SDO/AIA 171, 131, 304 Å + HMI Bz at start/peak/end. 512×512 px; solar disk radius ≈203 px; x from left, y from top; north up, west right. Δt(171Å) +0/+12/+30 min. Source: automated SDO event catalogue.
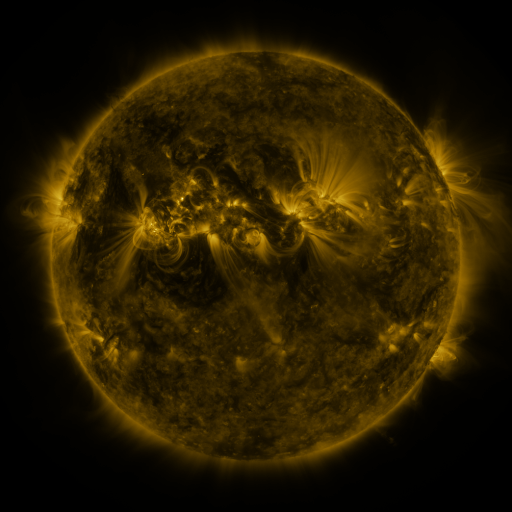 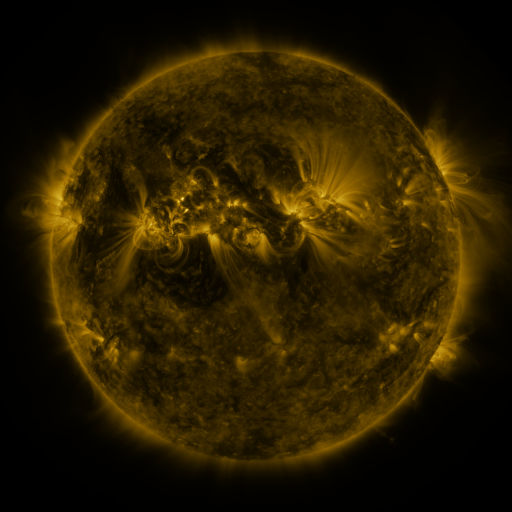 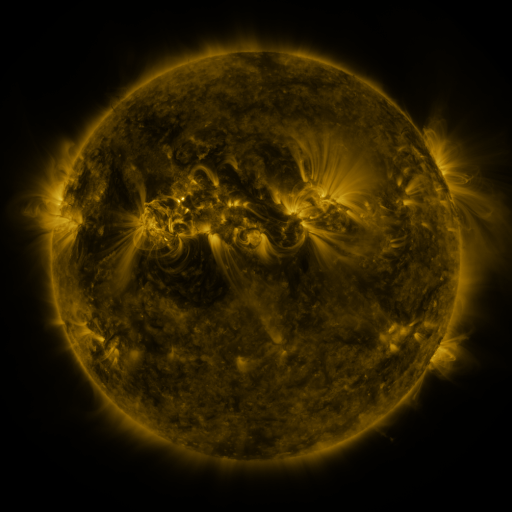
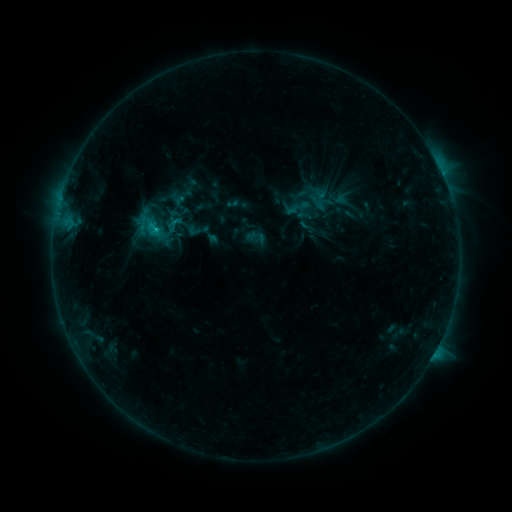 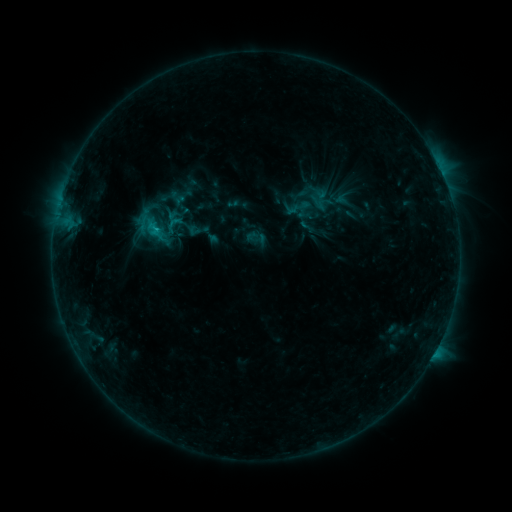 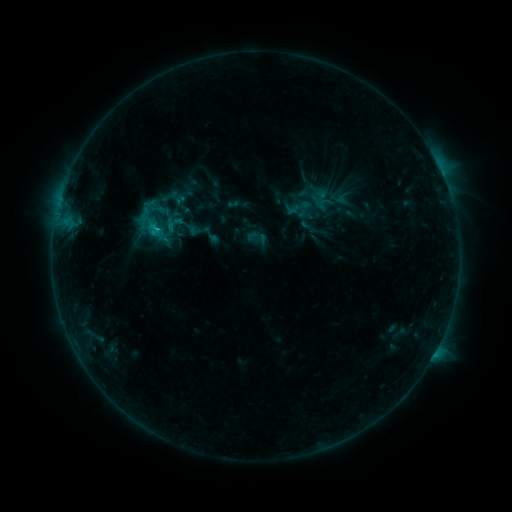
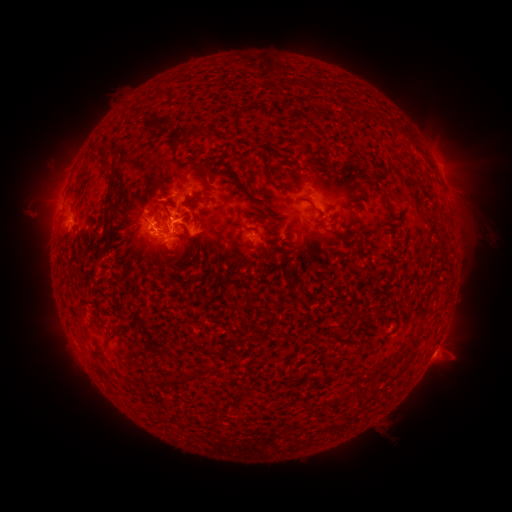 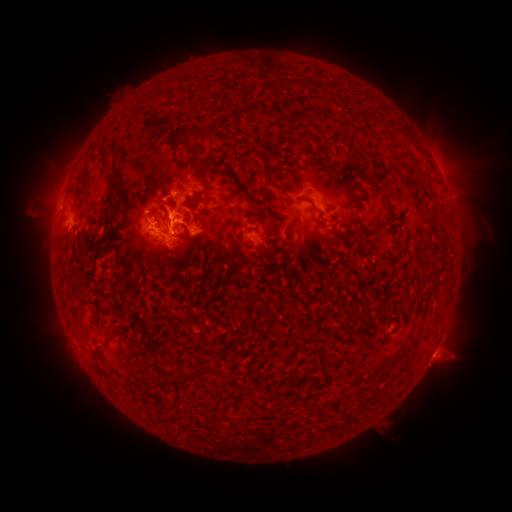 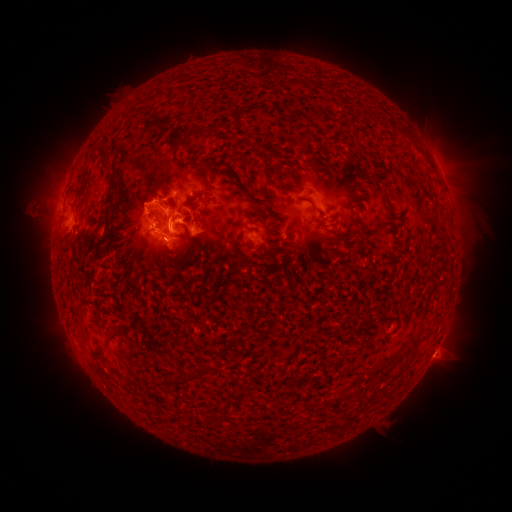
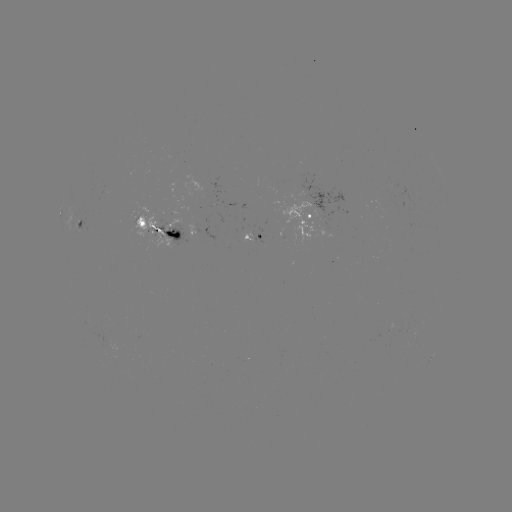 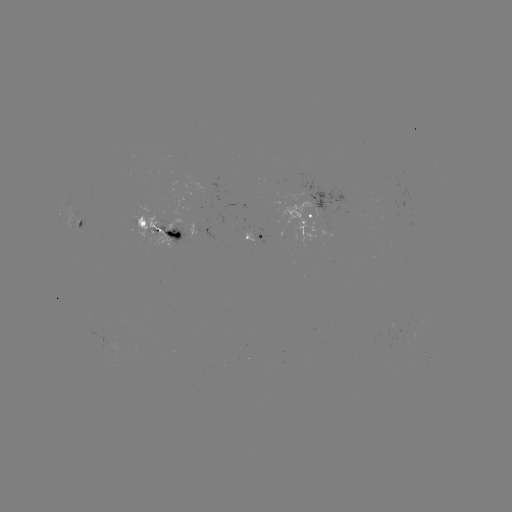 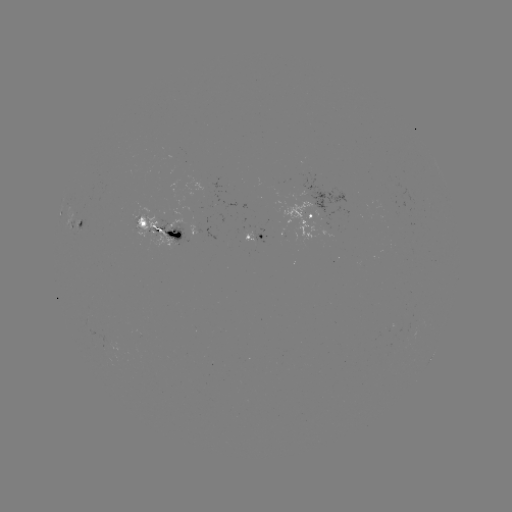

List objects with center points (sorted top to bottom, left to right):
eruption: (157, 203)
